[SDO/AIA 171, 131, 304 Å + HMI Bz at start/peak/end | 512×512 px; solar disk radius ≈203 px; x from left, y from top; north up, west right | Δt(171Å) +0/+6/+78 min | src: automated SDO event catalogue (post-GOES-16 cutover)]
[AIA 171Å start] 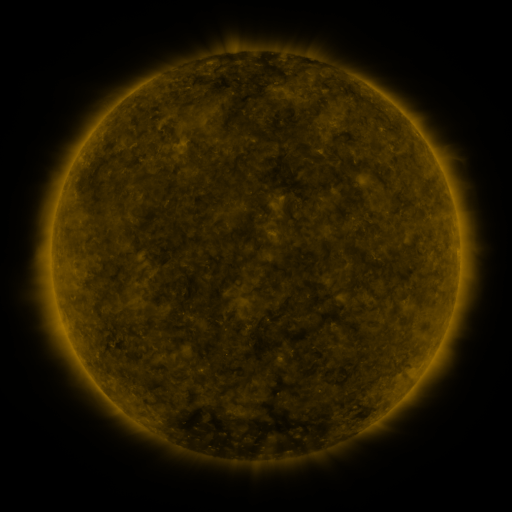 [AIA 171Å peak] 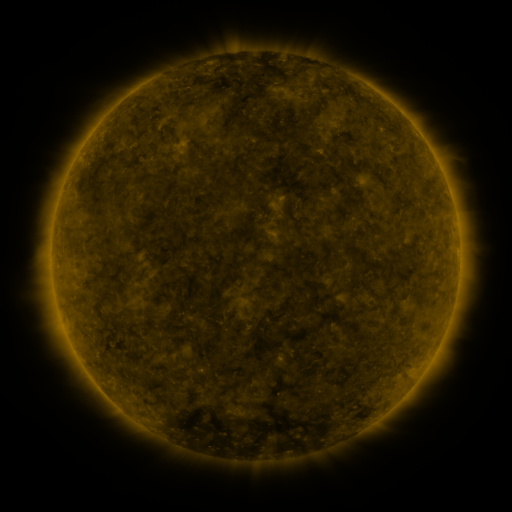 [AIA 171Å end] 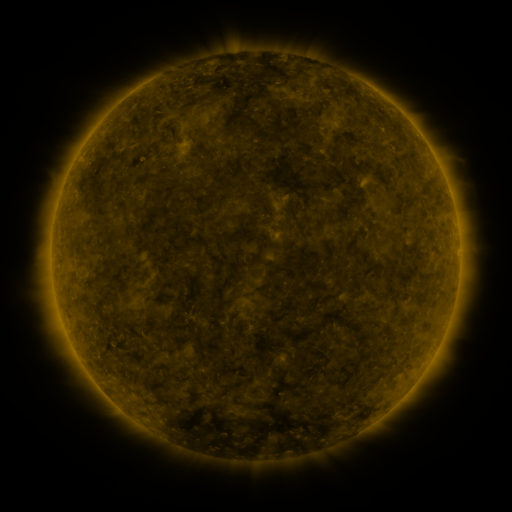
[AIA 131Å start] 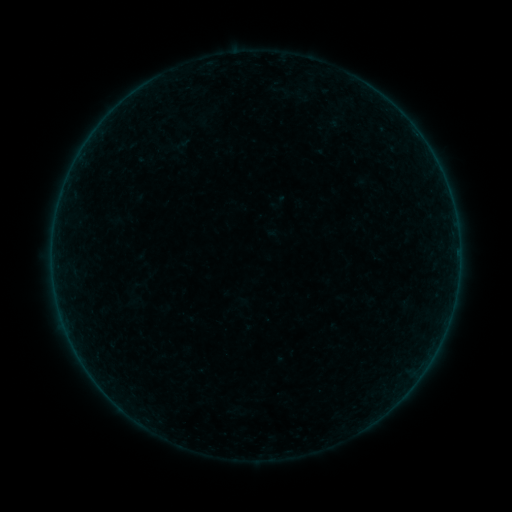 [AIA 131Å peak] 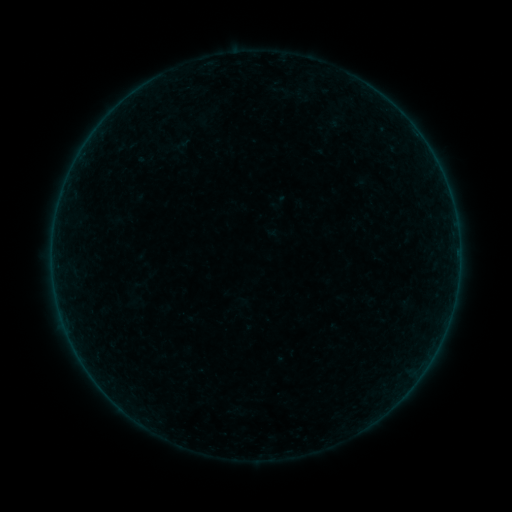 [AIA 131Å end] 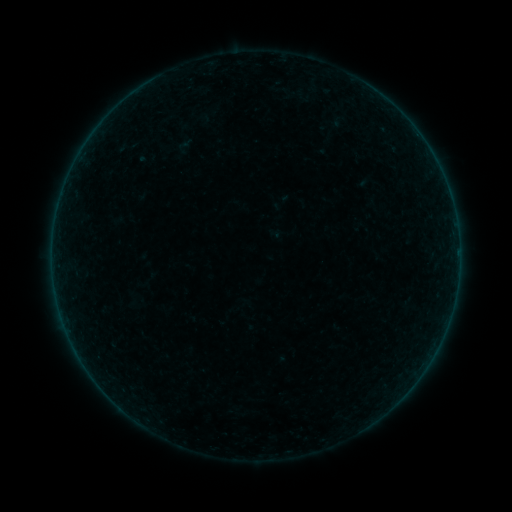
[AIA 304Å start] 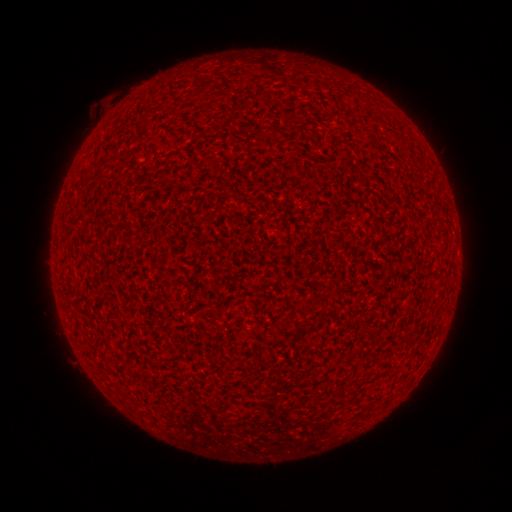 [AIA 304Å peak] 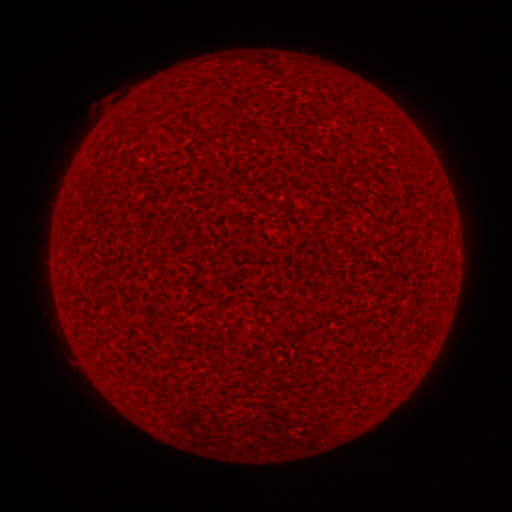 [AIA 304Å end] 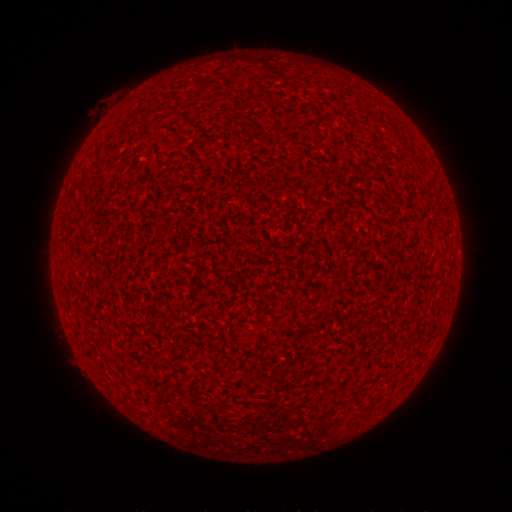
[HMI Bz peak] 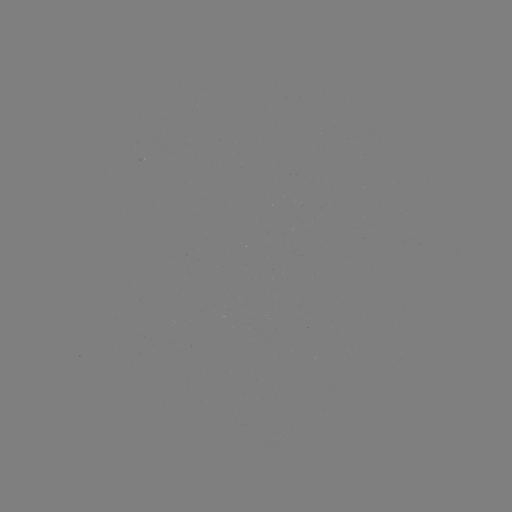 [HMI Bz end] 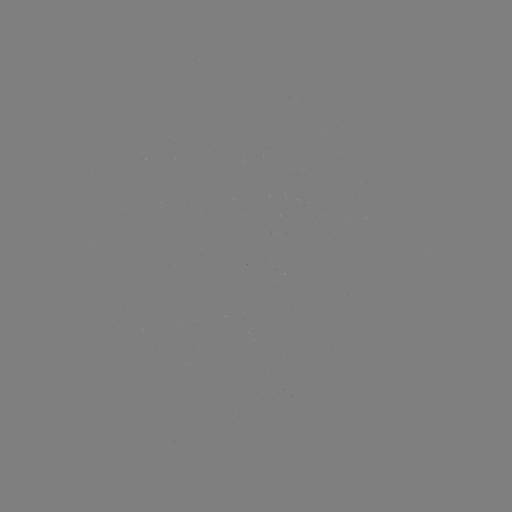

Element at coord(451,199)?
A1.5 flare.